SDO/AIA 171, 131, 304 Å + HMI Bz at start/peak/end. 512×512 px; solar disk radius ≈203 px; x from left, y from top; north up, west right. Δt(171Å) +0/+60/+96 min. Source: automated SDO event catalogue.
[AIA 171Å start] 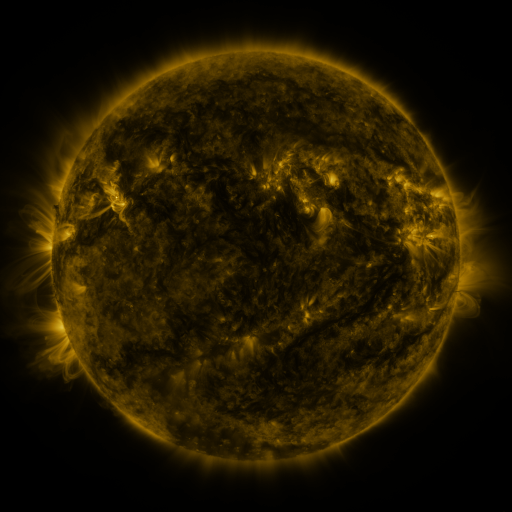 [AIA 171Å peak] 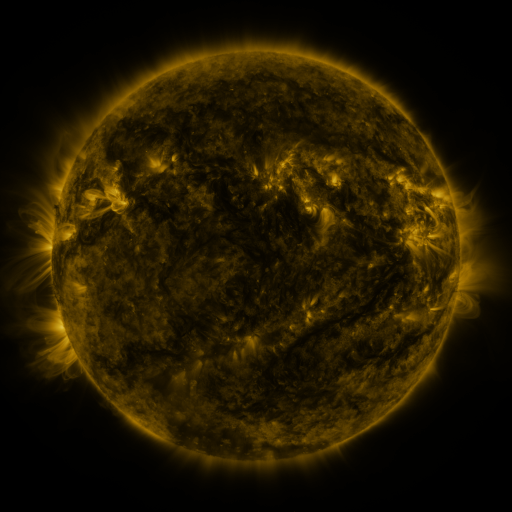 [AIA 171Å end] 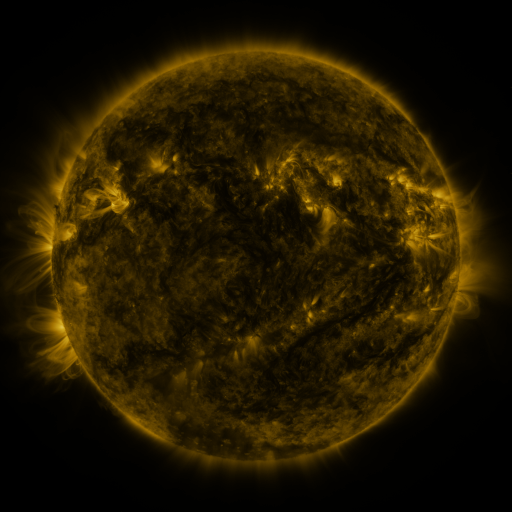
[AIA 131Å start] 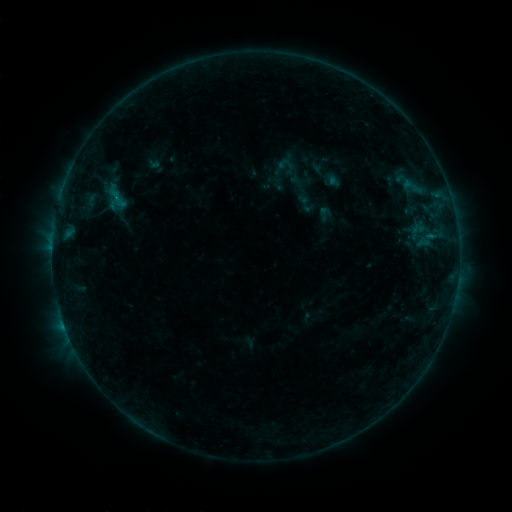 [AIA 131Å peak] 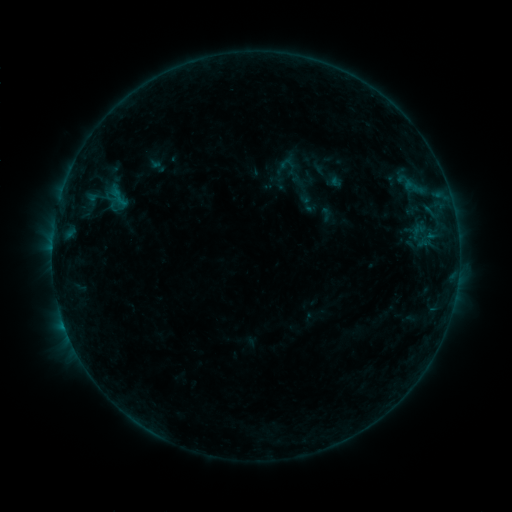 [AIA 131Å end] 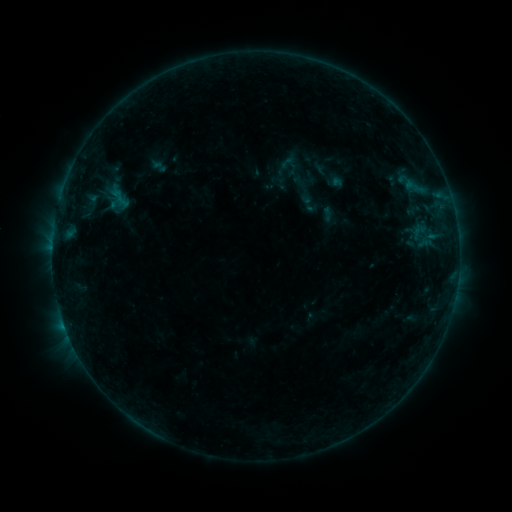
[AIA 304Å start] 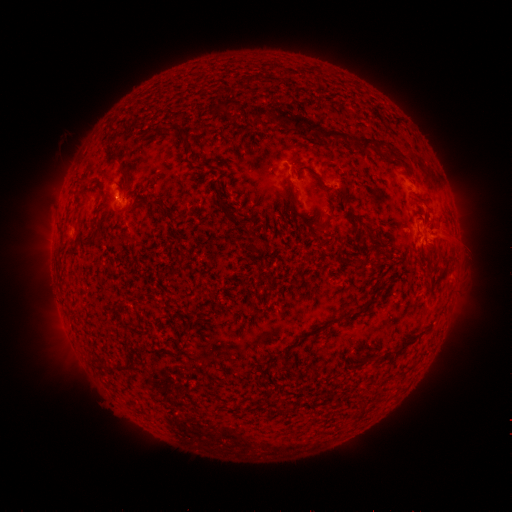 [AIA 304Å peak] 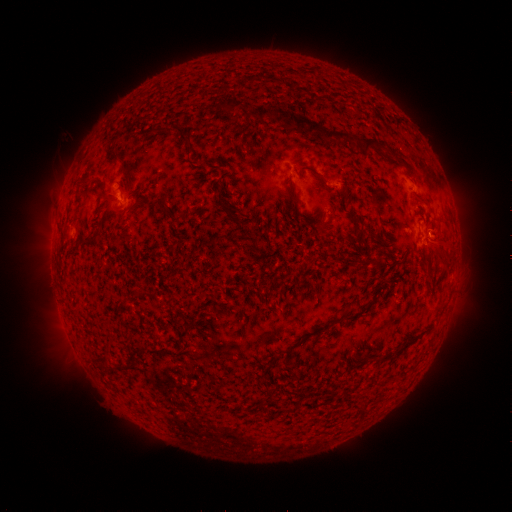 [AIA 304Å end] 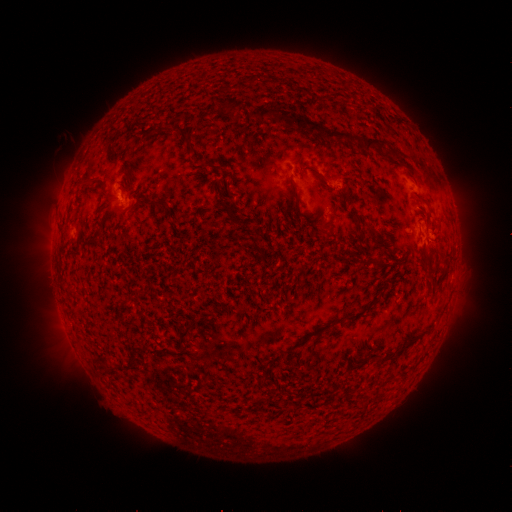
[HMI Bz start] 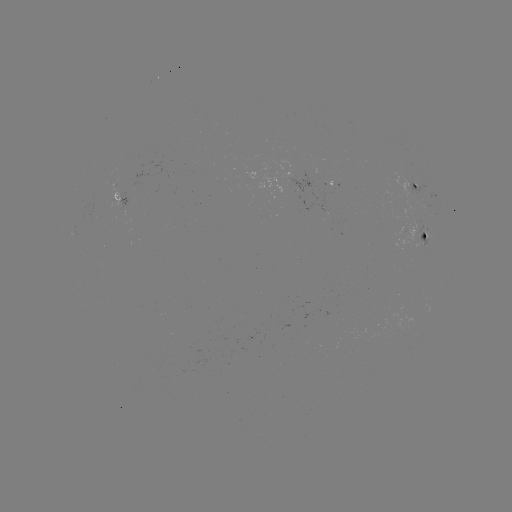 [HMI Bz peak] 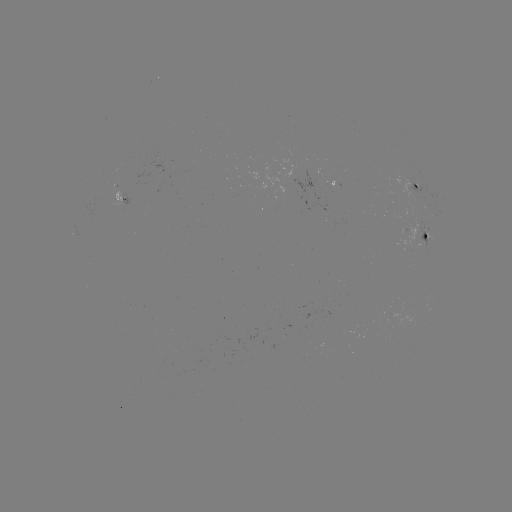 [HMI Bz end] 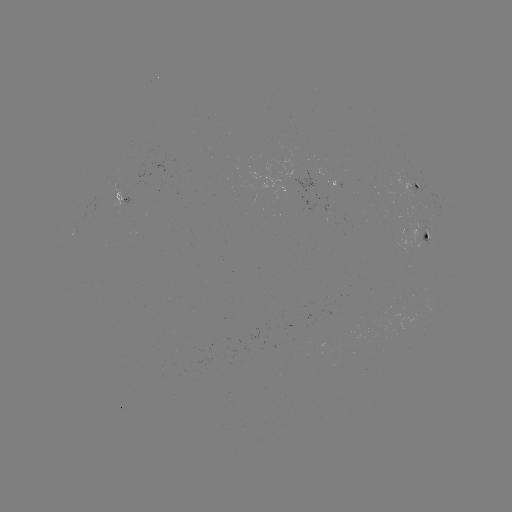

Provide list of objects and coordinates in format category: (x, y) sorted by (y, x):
emerging-flux region: (123, 161)
